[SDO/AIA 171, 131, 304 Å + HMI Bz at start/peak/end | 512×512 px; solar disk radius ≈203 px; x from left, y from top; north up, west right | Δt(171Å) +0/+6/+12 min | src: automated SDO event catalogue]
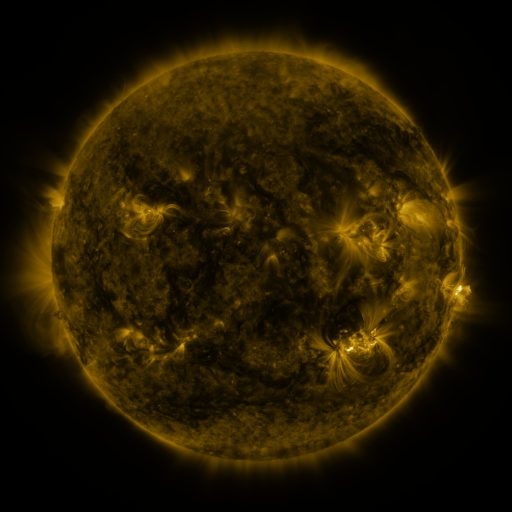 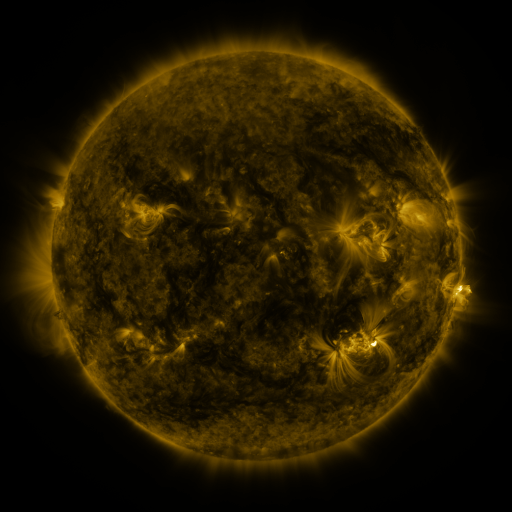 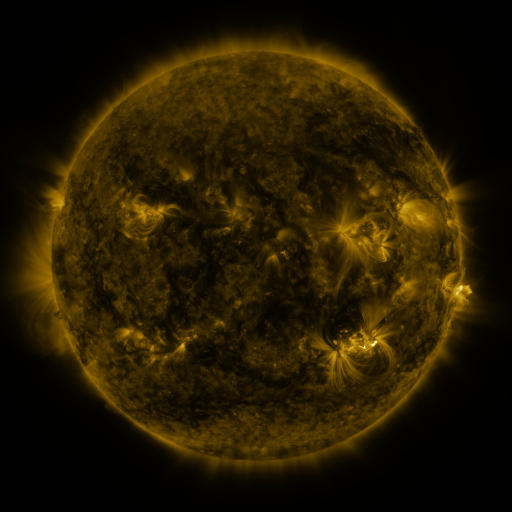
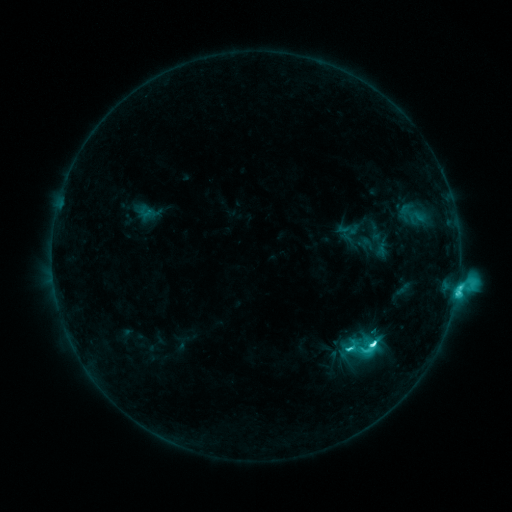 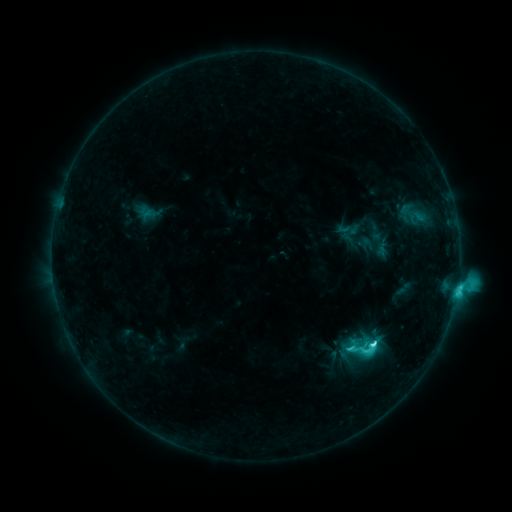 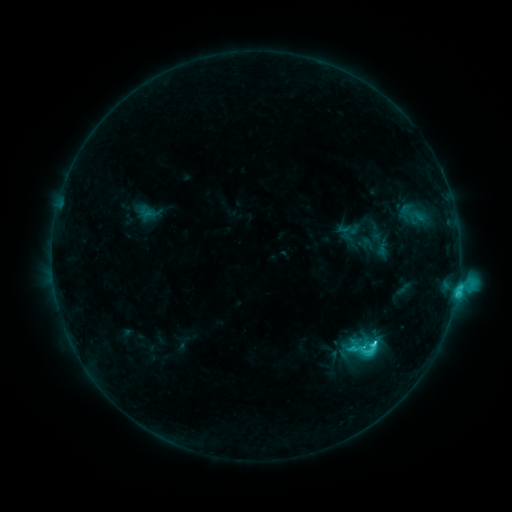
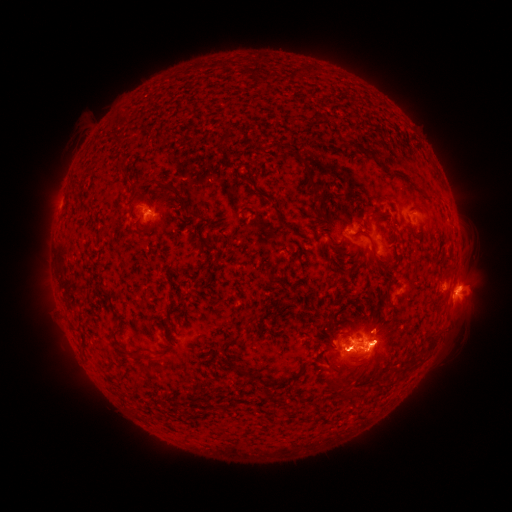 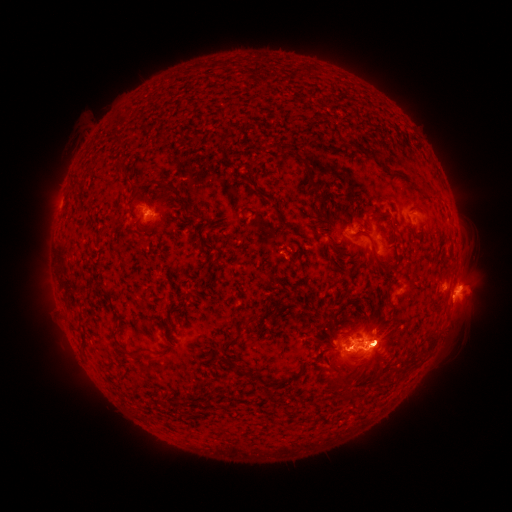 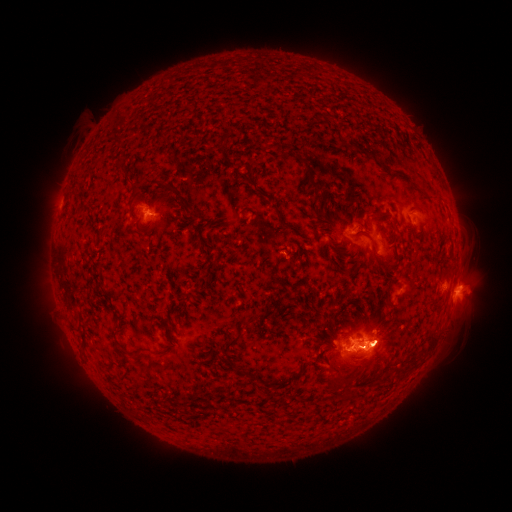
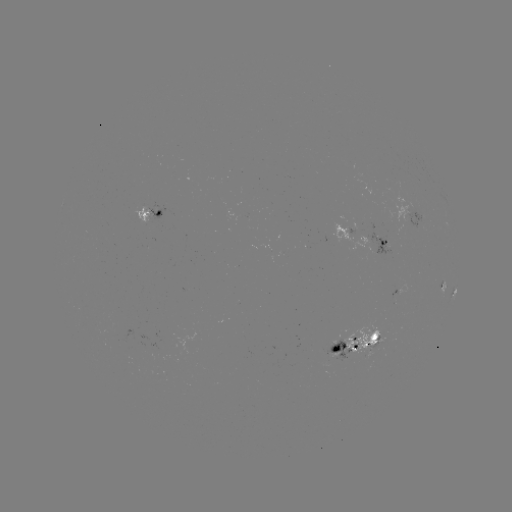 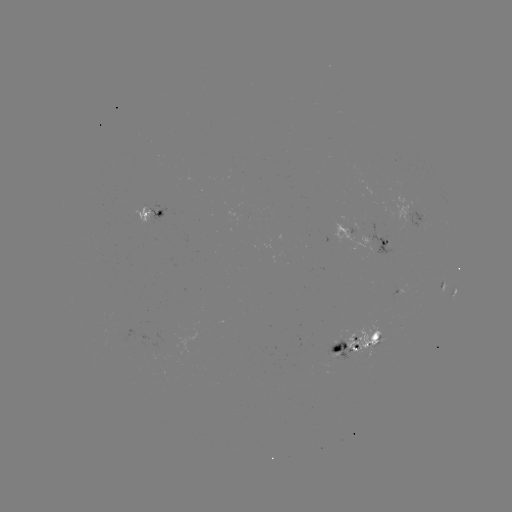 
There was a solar eruption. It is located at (389, 348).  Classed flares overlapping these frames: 1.